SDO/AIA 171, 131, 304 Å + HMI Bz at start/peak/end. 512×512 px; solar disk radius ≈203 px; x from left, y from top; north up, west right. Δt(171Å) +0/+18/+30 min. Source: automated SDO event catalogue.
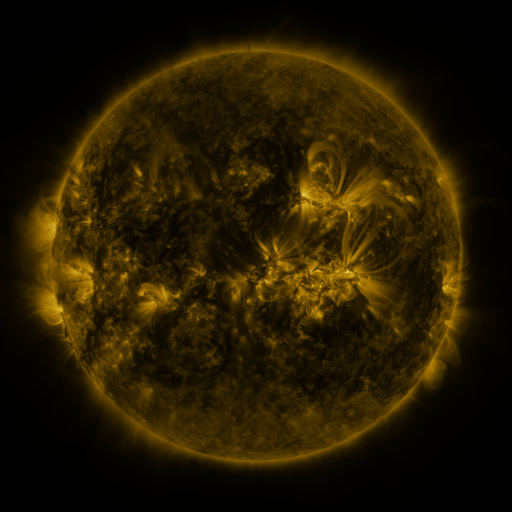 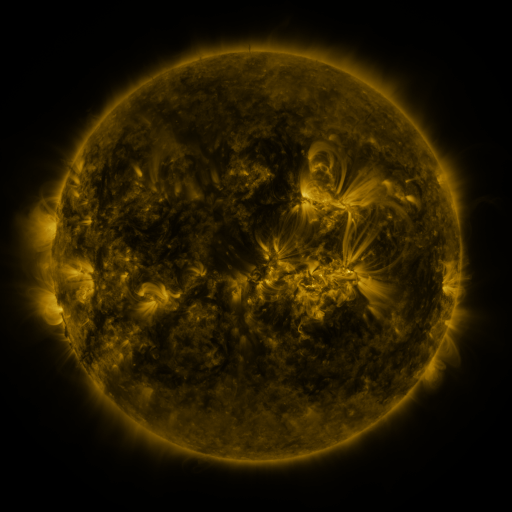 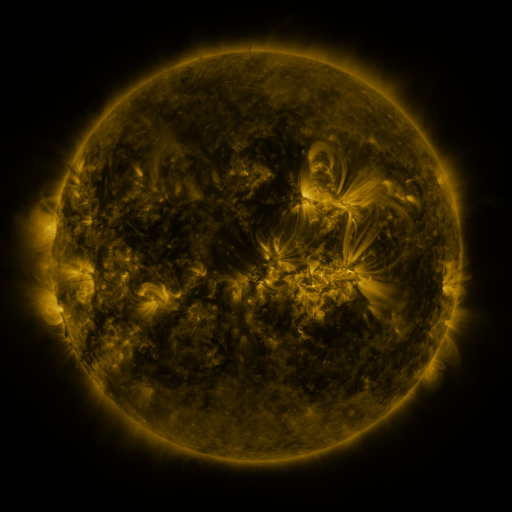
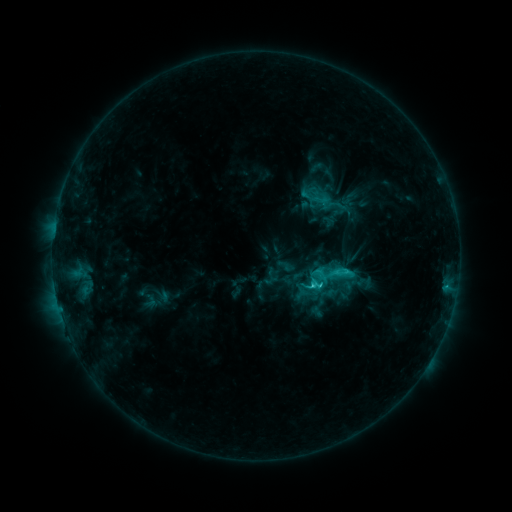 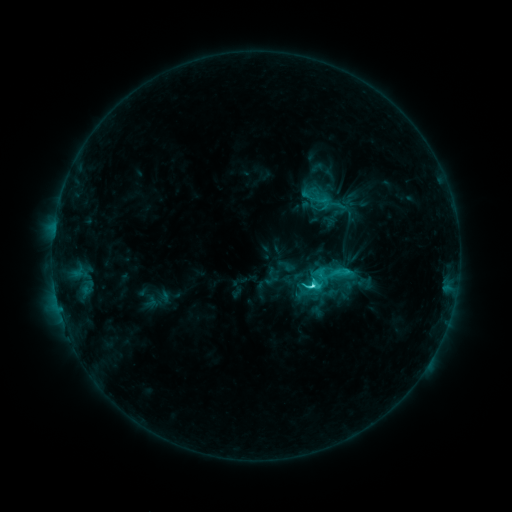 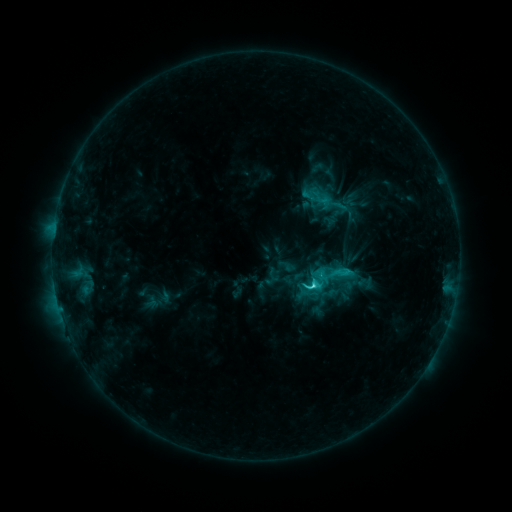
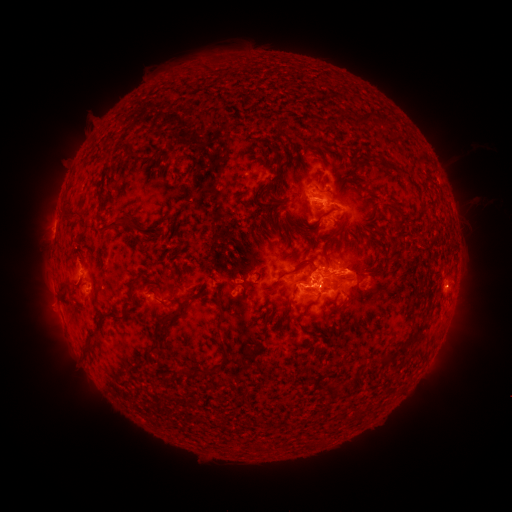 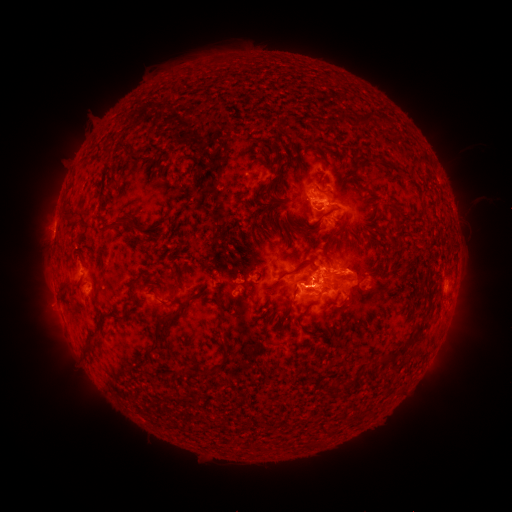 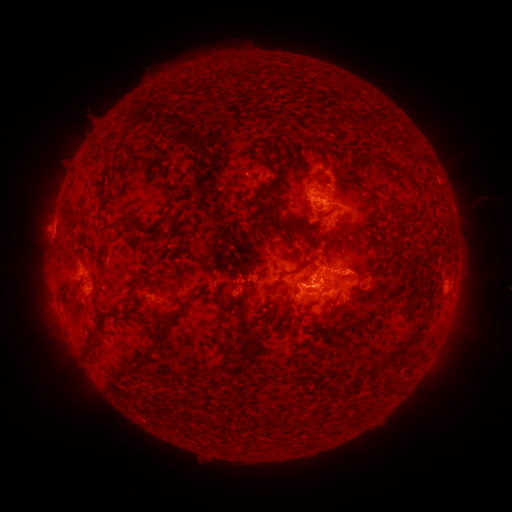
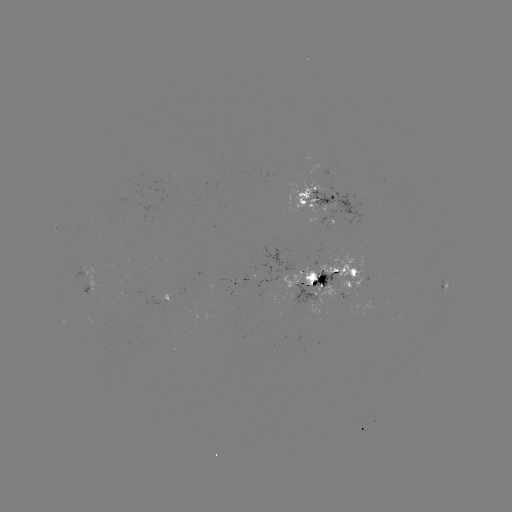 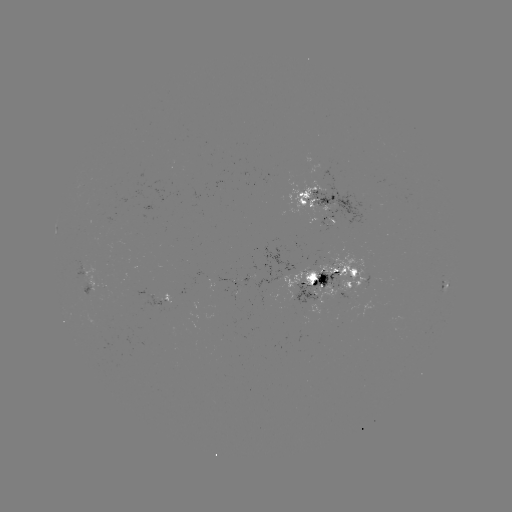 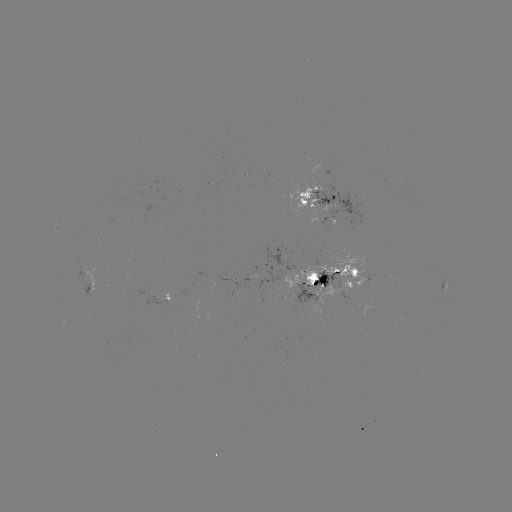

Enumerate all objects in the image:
C5.4 flare: (310, 284)
